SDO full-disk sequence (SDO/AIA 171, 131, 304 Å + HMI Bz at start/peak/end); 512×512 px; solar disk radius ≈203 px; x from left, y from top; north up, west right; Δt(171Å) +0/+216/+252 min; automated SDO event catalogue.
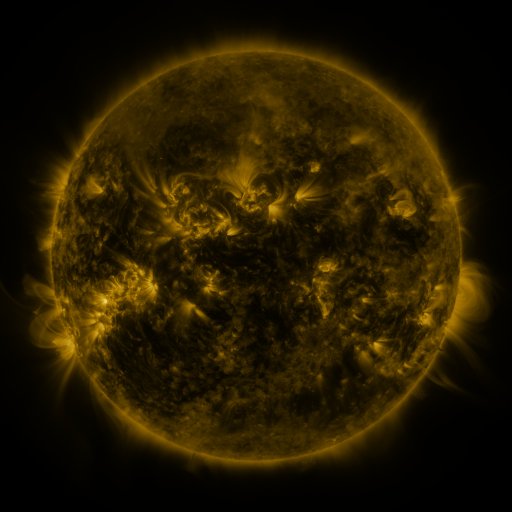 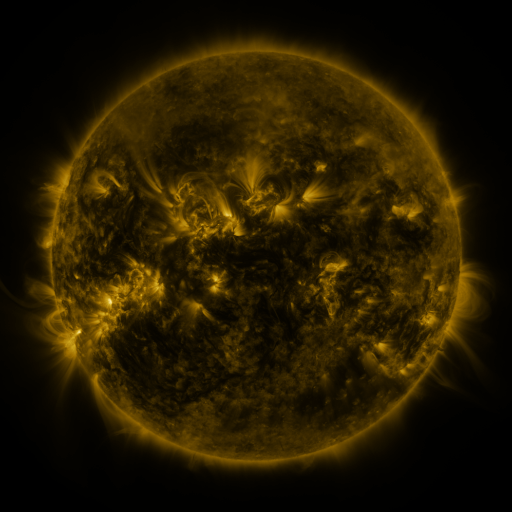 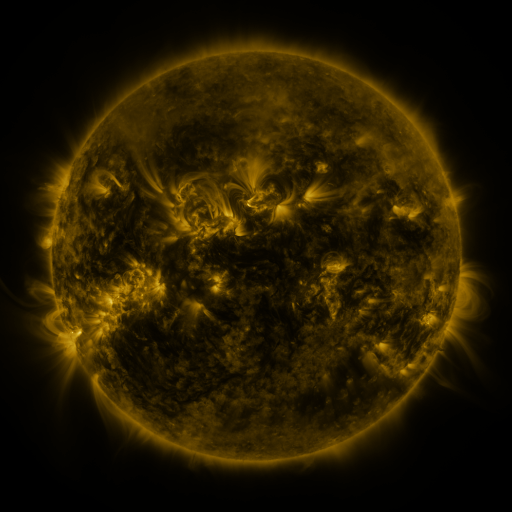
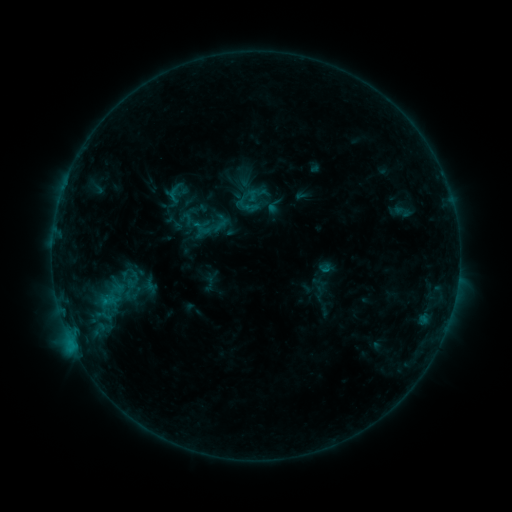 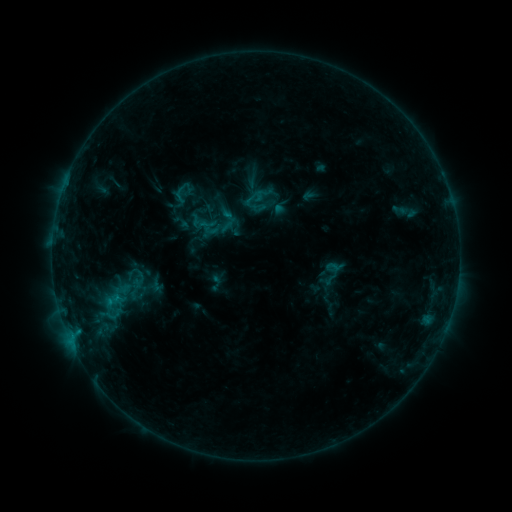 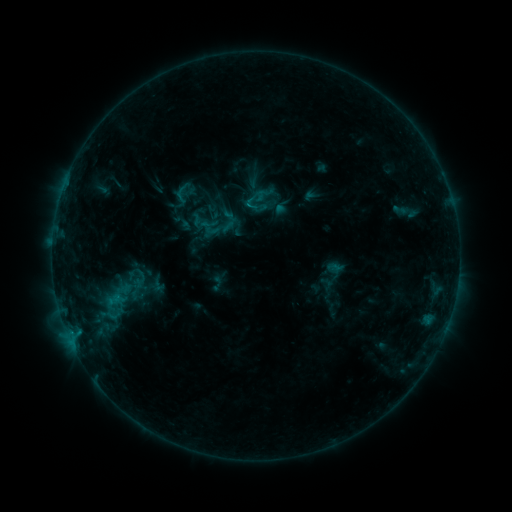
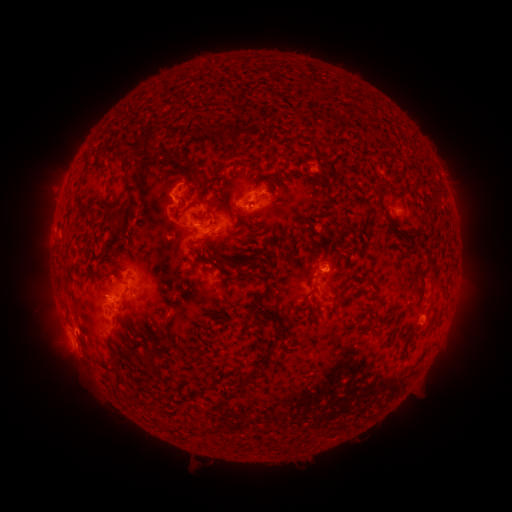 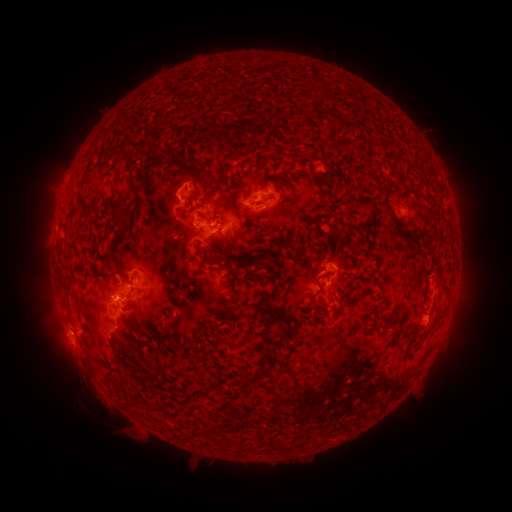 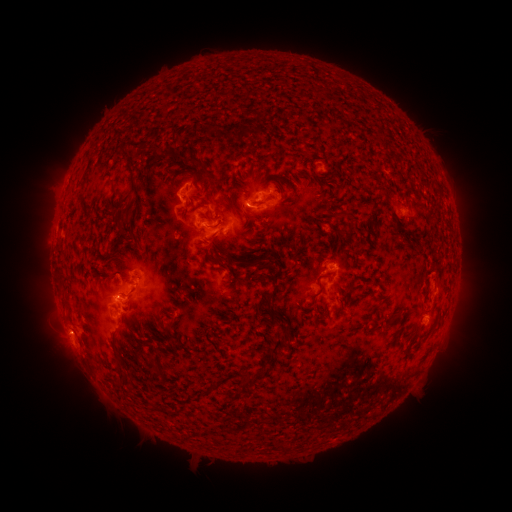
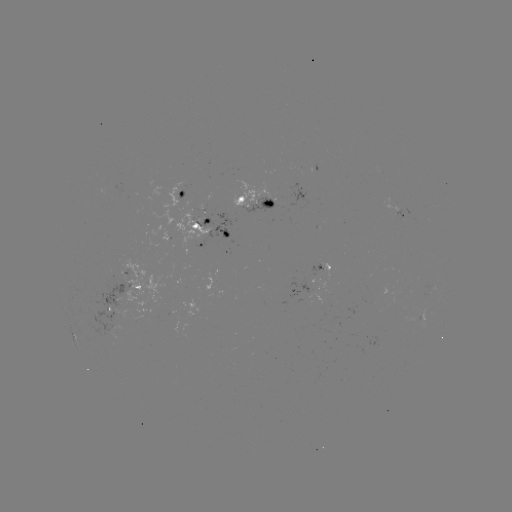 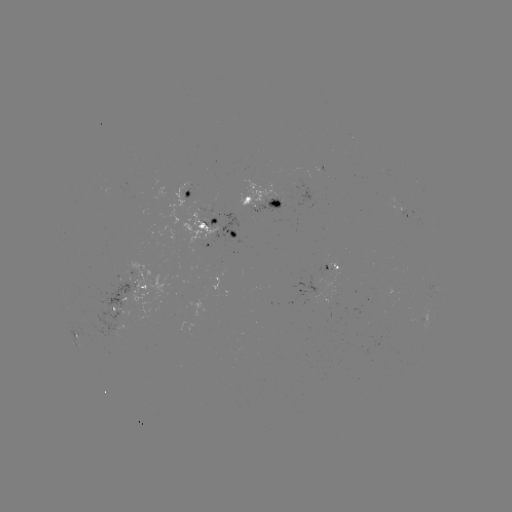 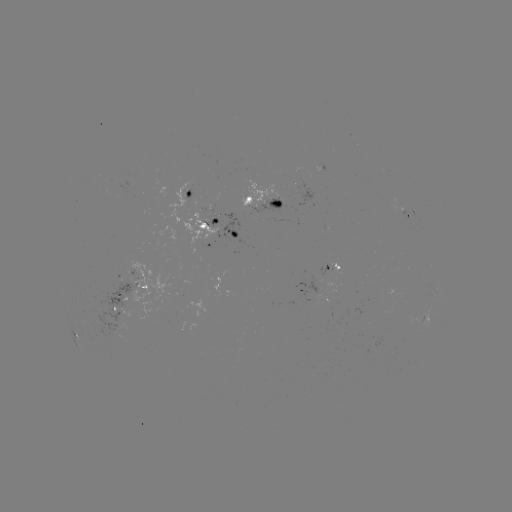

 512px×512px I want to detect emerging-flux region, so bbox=[74, 276, 145, 338].